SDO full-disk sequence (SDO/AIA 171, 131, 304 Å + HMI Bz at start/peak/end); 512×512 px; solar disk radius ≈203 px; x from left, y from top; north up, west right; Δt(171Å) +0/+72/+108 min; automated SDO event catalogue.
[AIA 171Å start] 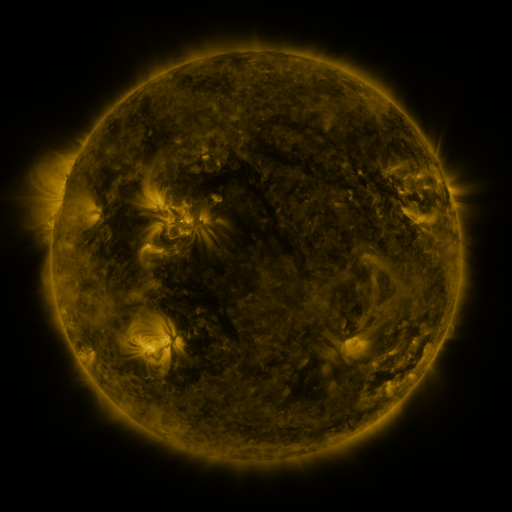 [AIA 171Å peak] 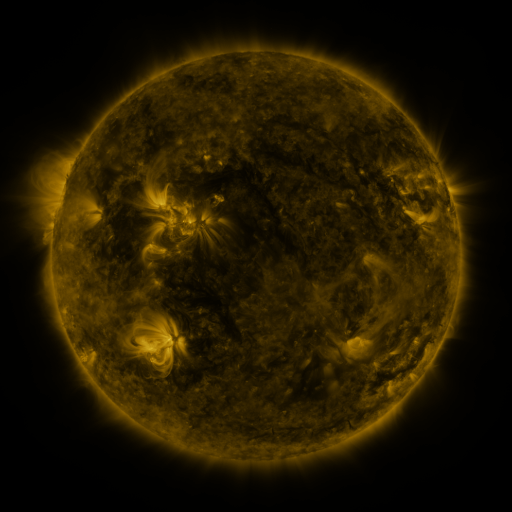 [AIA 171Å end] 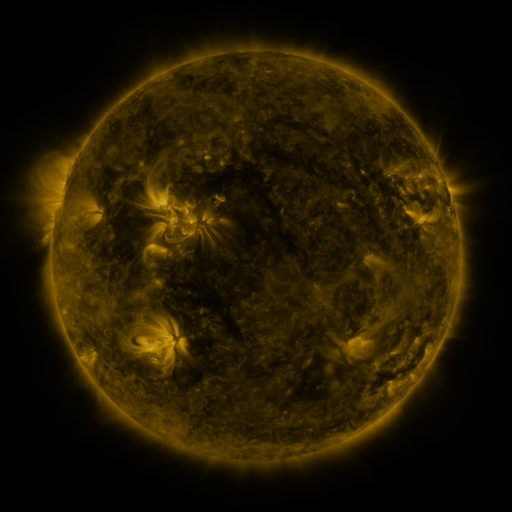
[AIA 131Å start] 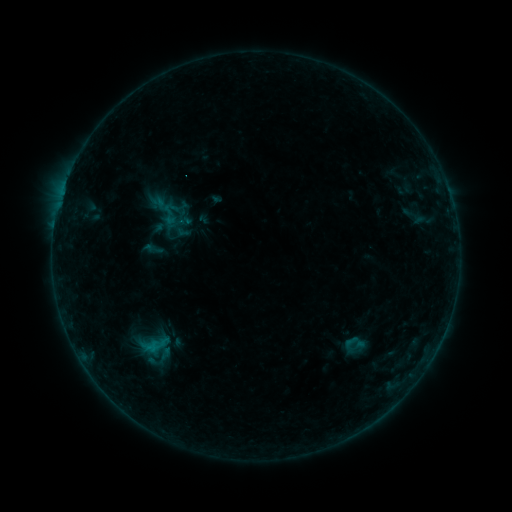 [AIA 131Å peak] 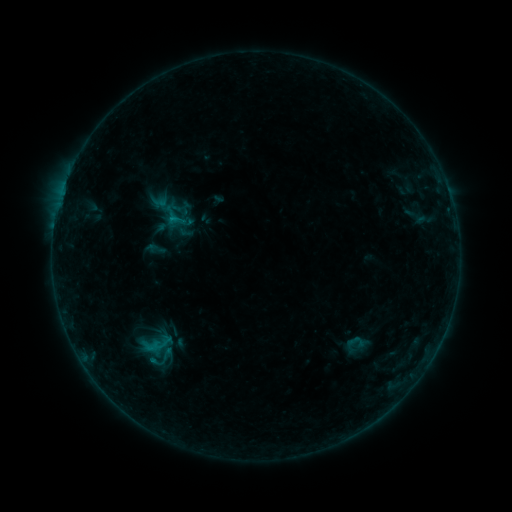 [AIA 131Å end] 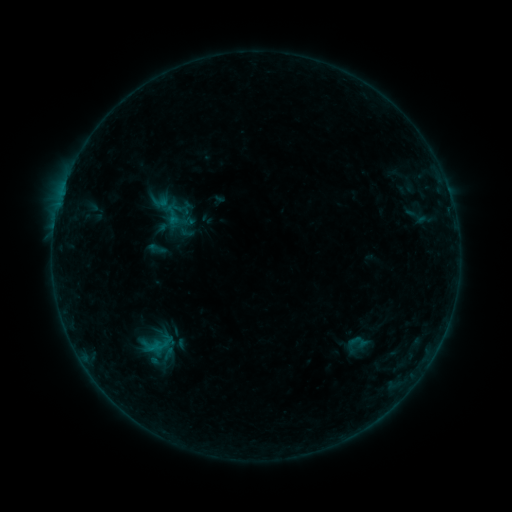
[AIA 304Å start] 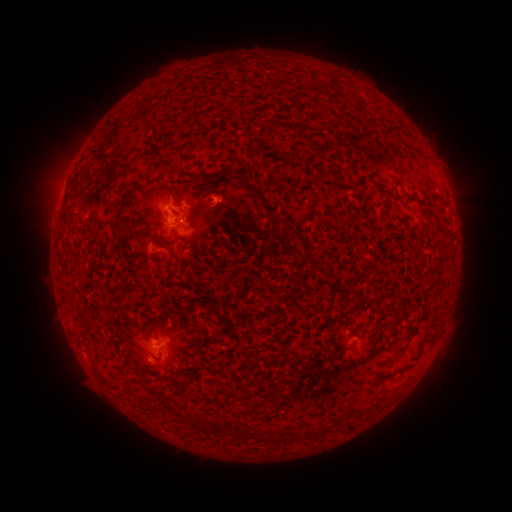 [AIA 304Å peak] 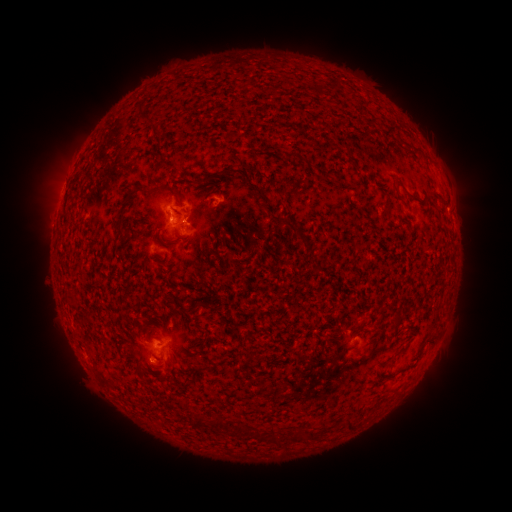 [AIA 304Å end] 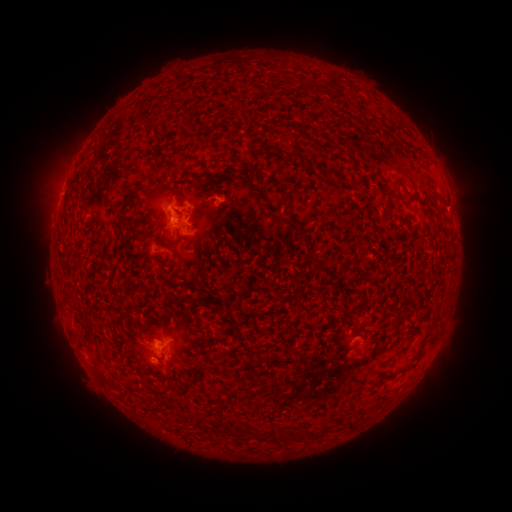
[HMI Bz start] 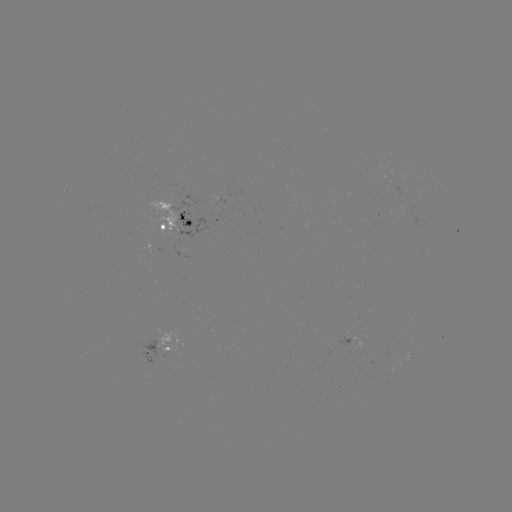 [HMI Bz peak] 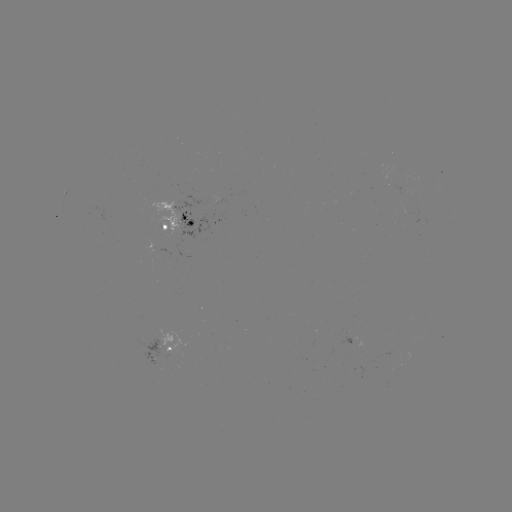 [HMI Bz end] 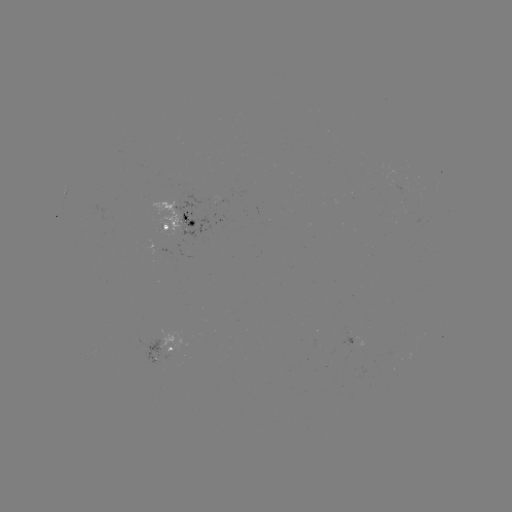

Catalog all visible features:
emerging-flux region: (218, 201)
